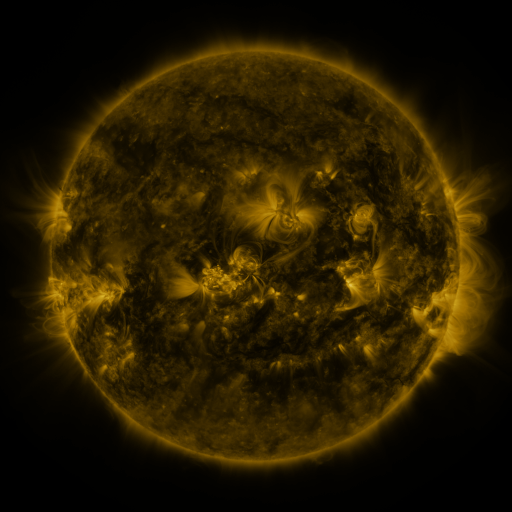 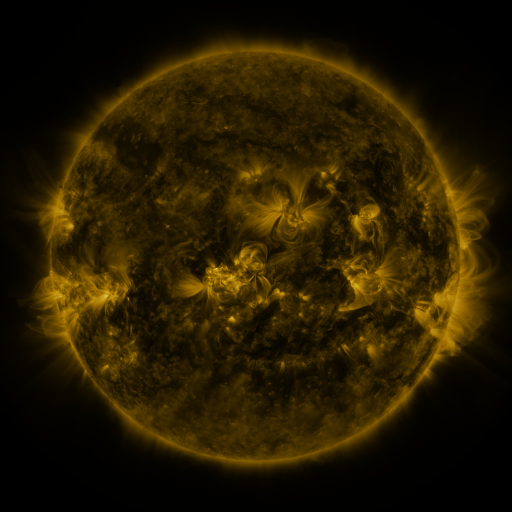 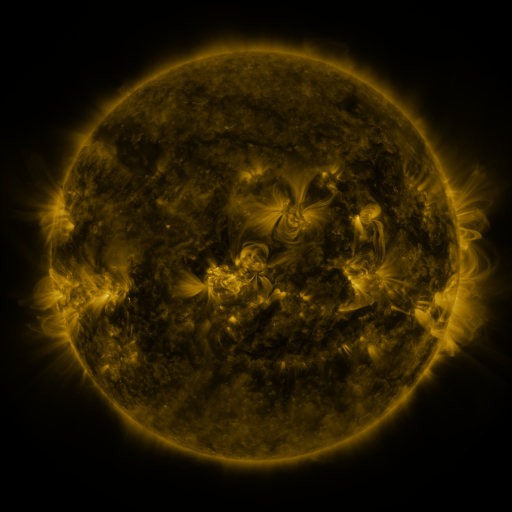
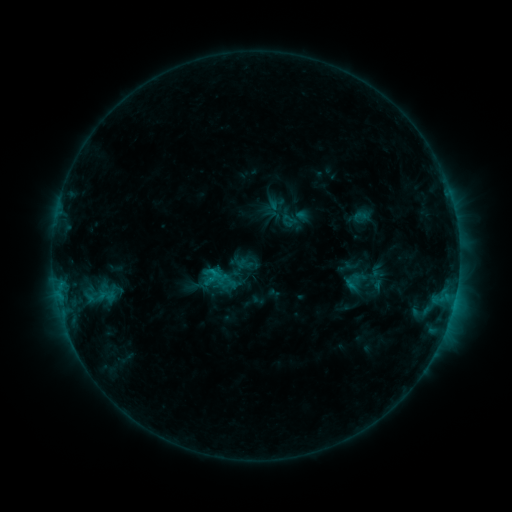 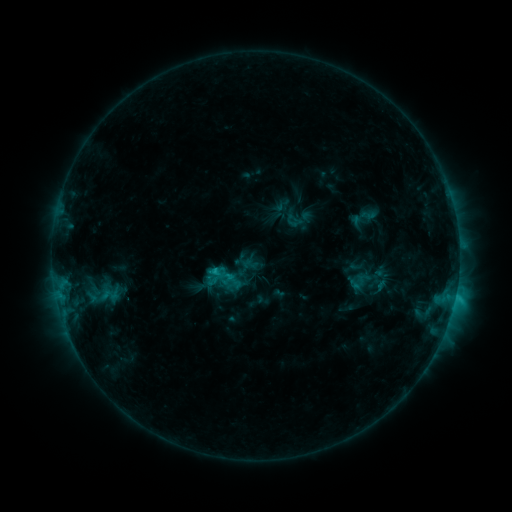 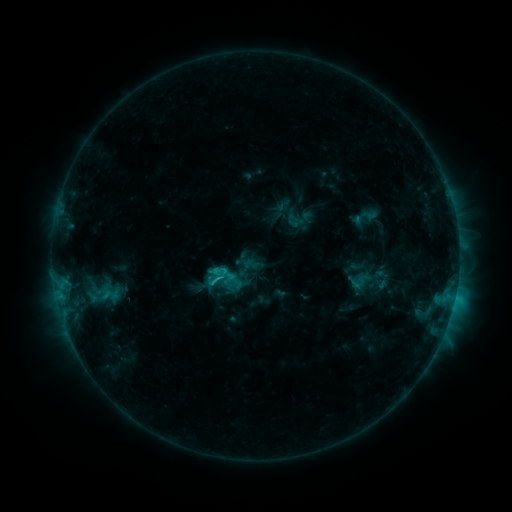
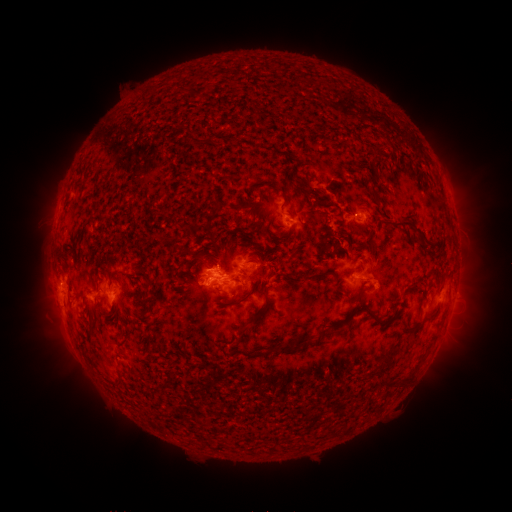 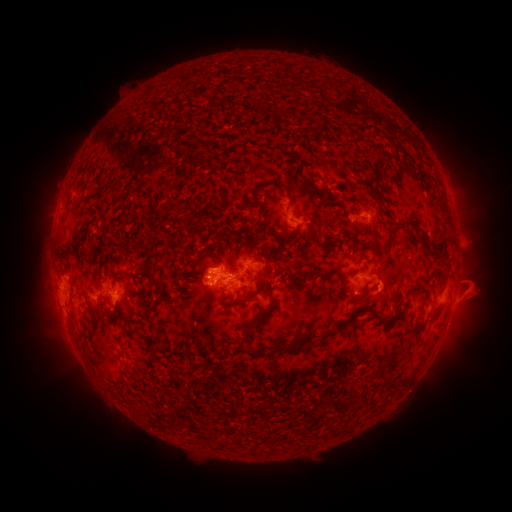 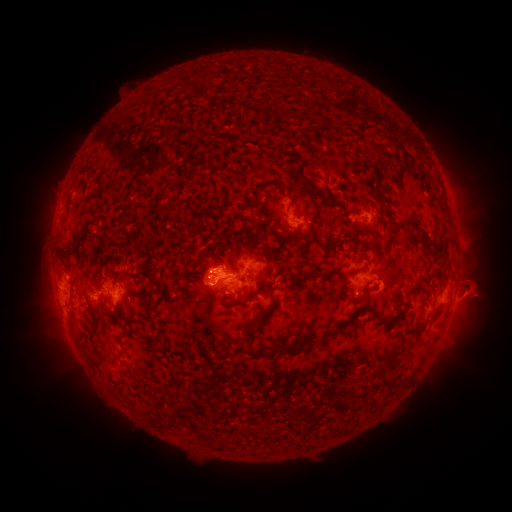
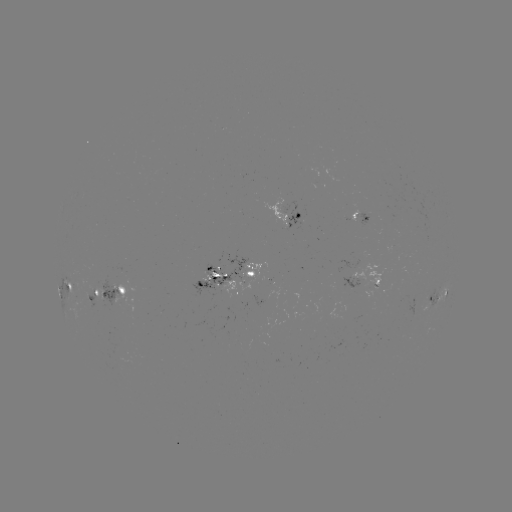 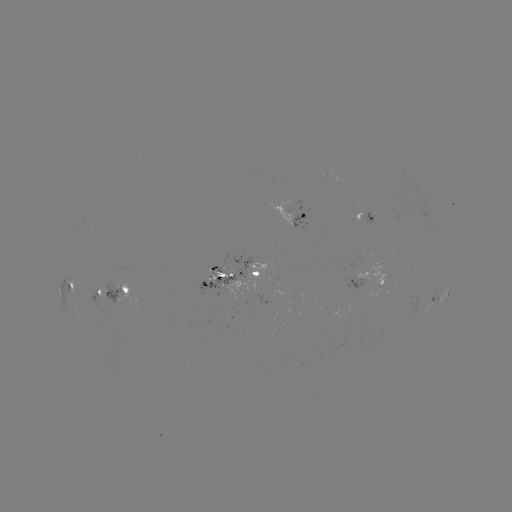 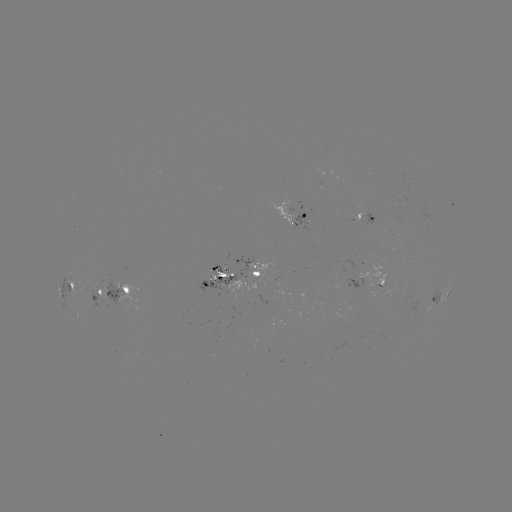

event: emerging-flux region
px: (219, 269)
